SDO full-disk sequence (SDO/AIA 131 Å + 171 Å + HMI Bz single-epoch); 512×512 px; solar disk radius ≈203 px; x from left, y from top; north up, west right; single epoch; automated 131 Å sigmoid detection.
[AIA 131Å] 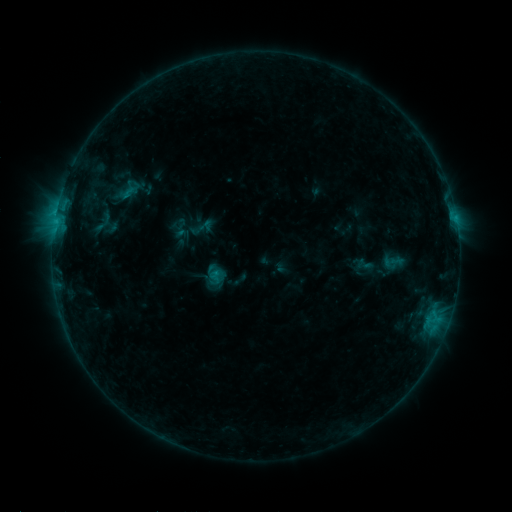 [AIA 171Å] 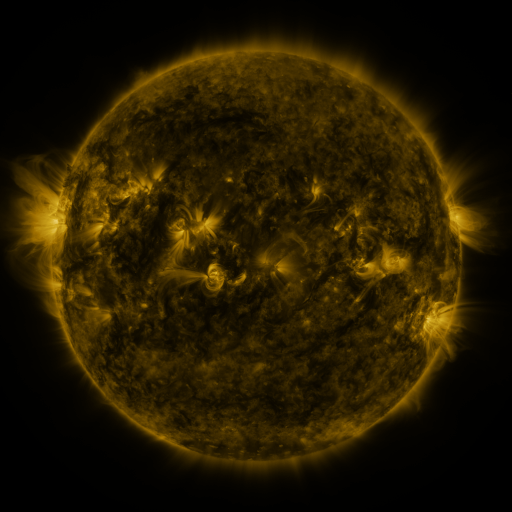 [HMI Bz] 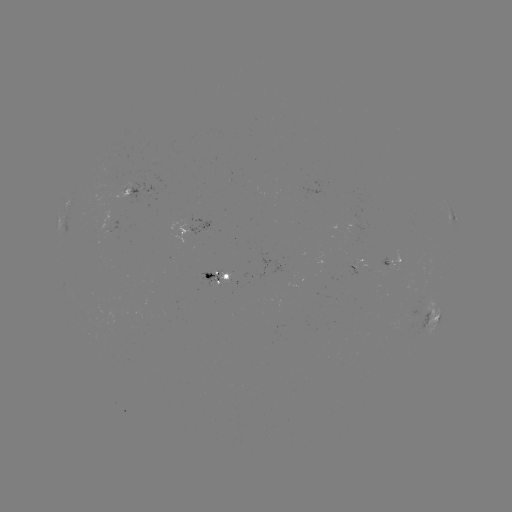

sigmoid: <bbox>100, 213, 119, 232</bbox>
